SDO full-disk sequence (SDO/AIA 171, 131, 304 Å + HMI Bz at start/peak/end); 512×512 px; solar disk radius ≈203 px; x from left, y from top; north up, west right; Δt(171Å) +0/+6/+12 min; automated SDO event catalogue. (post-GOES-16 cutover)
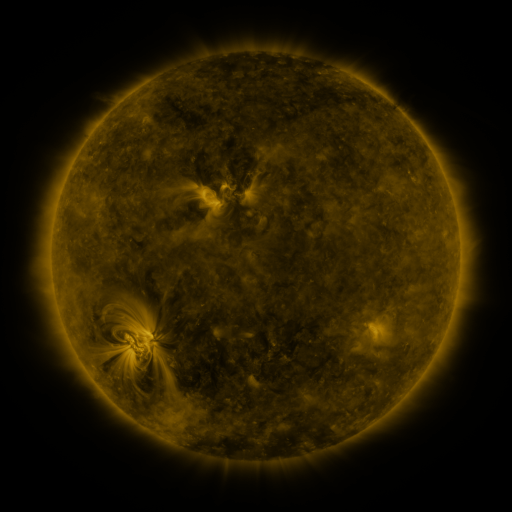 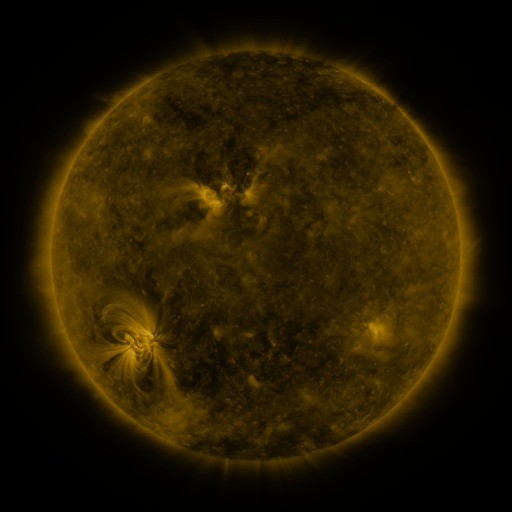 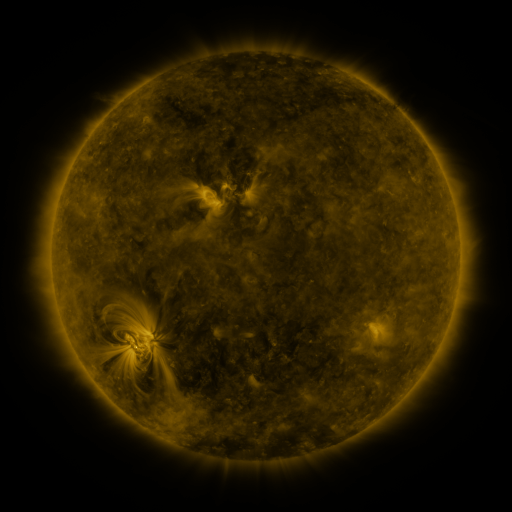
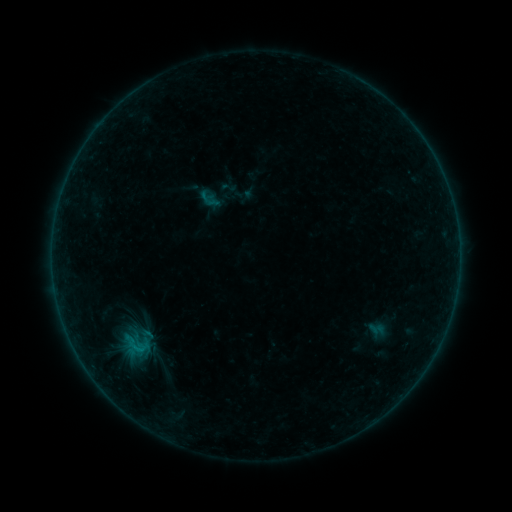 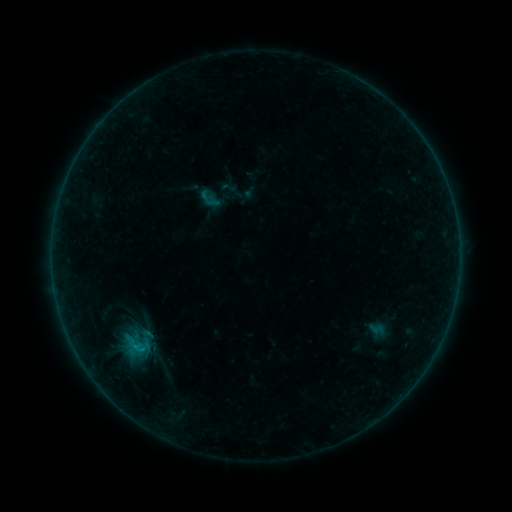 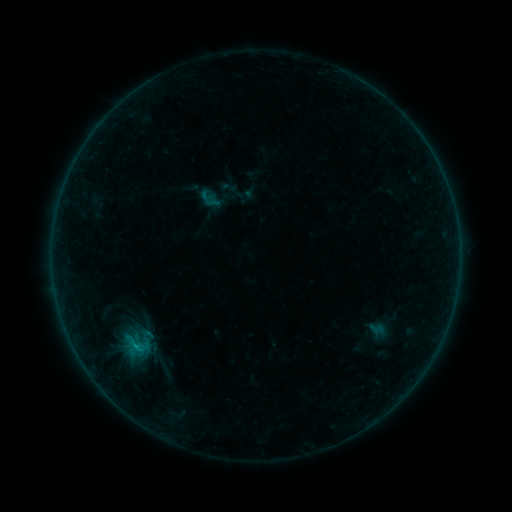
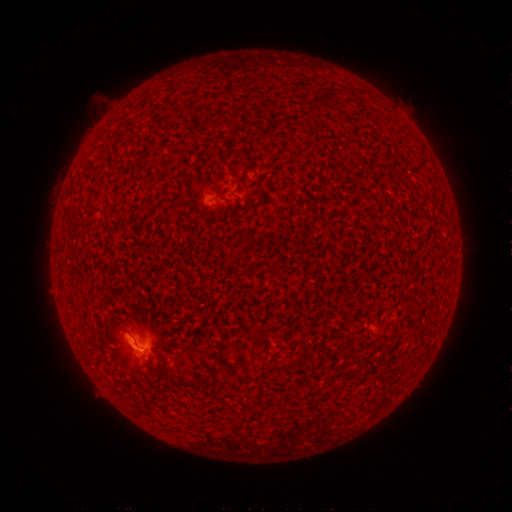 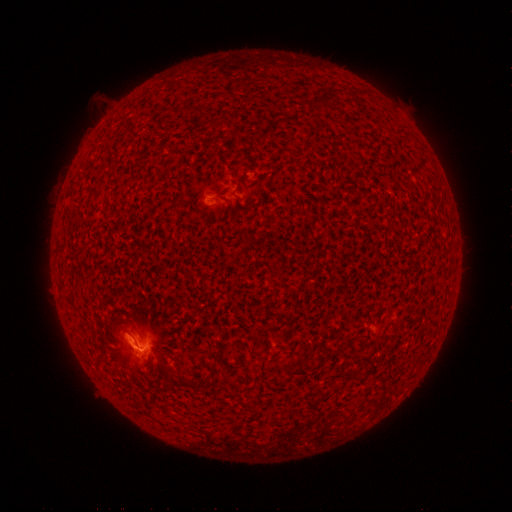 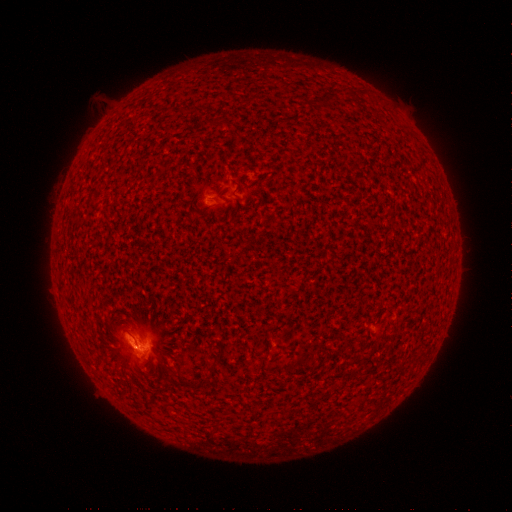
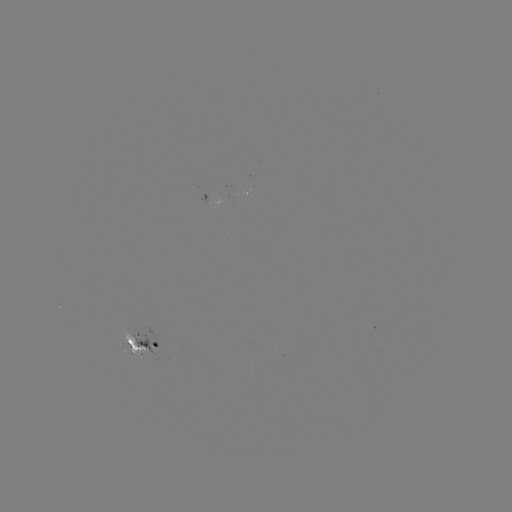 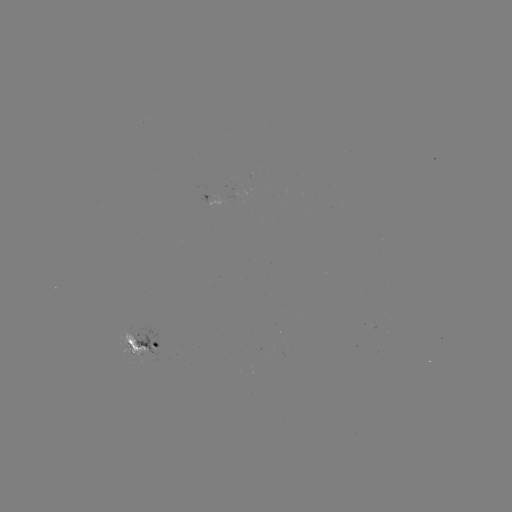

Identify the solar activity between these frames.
B6.6 flare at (137, 345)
